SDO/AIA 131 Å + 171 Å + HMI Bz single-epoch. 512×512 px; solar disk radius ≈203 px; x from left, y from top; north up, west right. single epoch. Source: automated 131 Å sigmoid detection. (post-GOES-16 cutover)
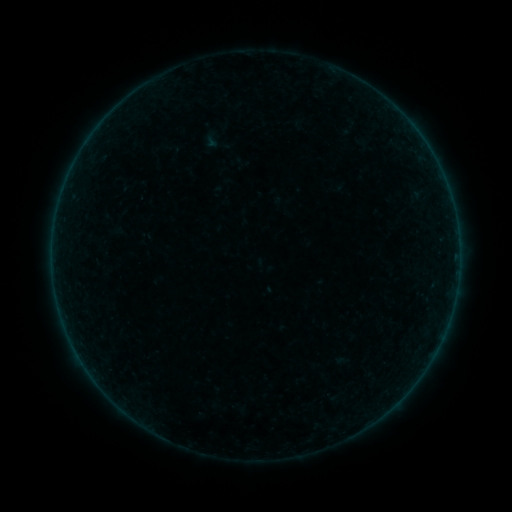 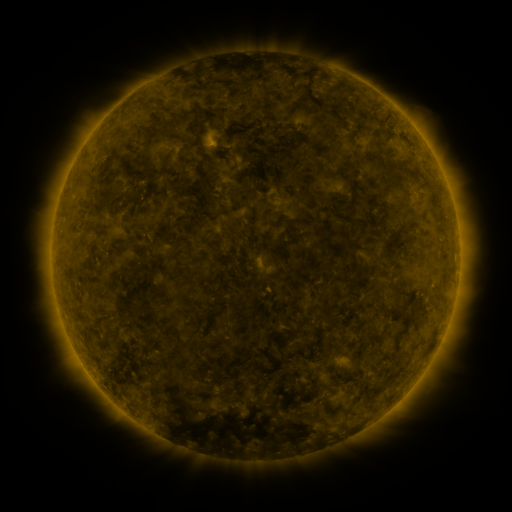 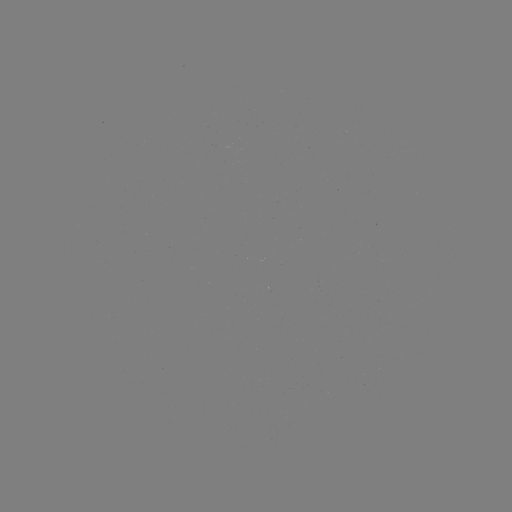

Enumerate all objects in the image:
sigmoid: <bbox>203, 127, 231, 156</bbox>
